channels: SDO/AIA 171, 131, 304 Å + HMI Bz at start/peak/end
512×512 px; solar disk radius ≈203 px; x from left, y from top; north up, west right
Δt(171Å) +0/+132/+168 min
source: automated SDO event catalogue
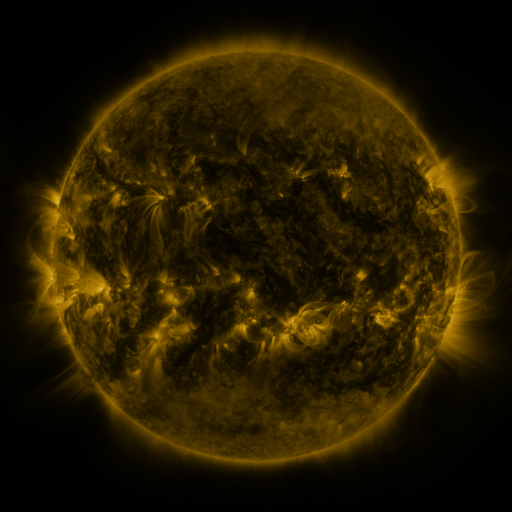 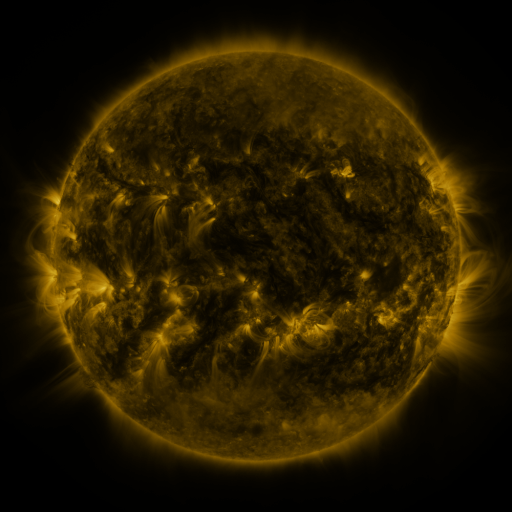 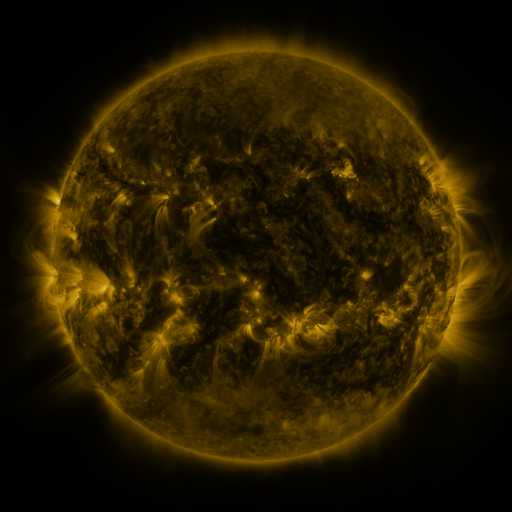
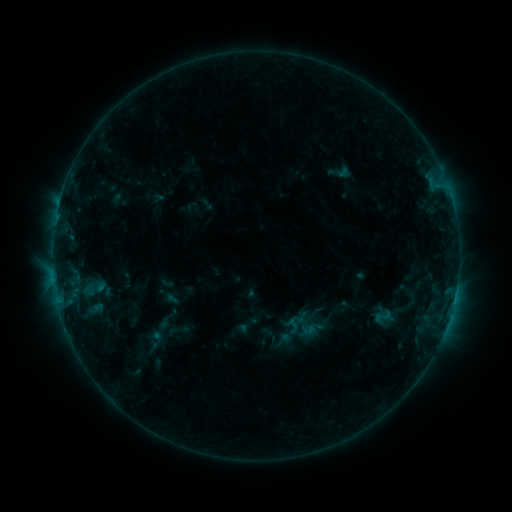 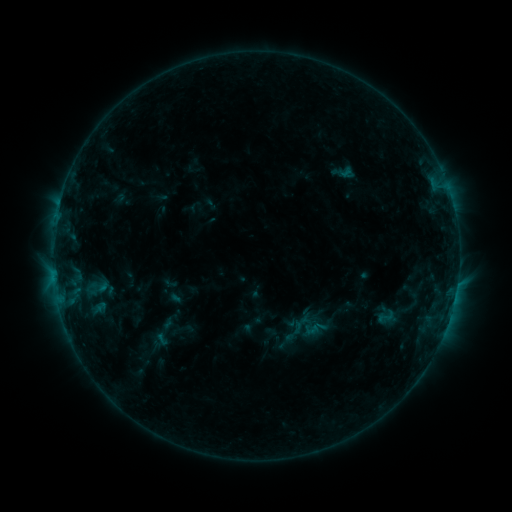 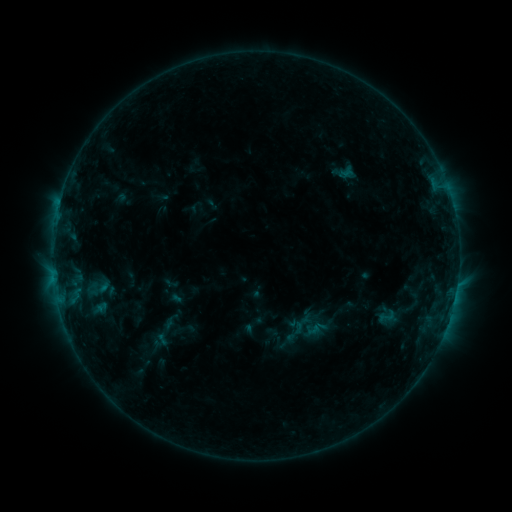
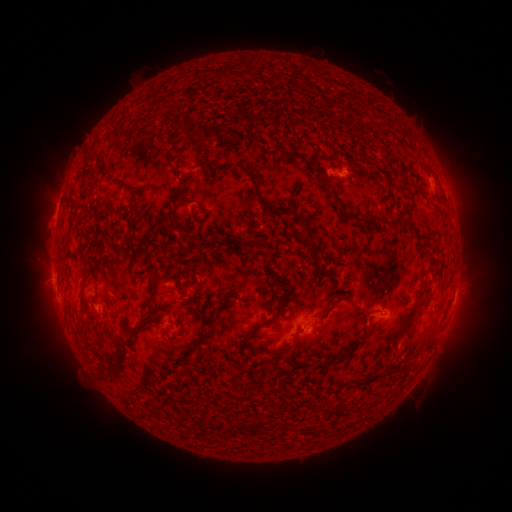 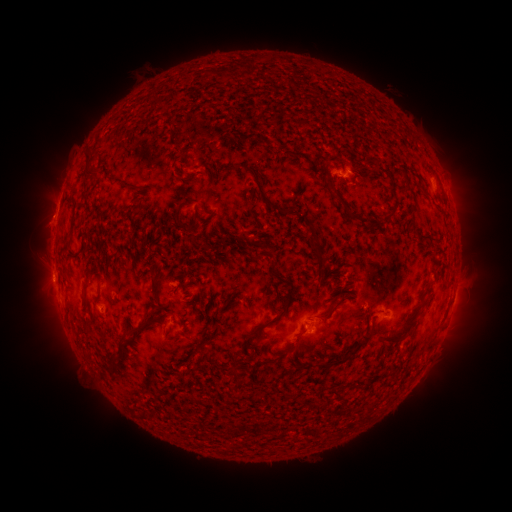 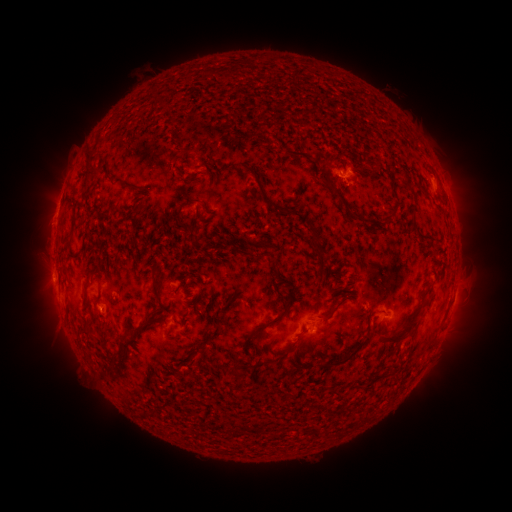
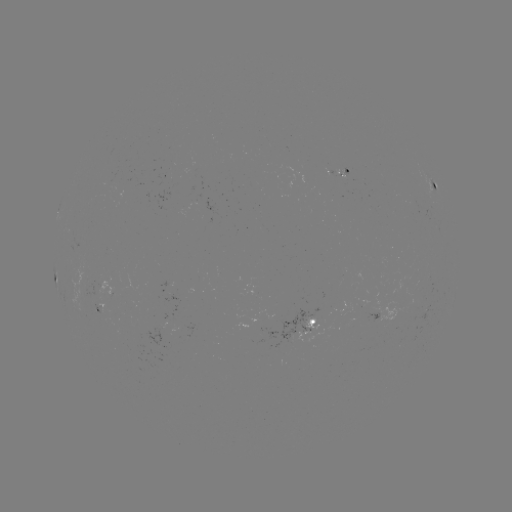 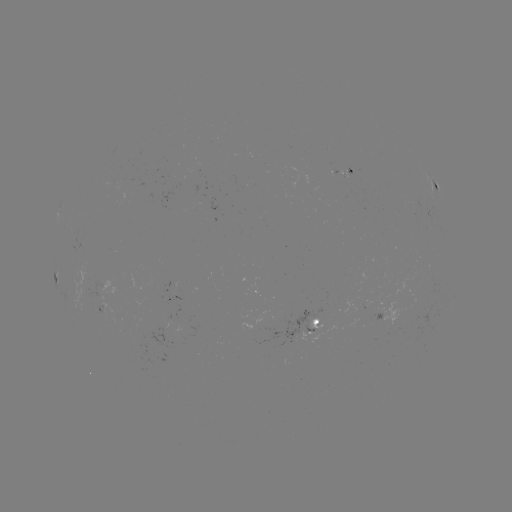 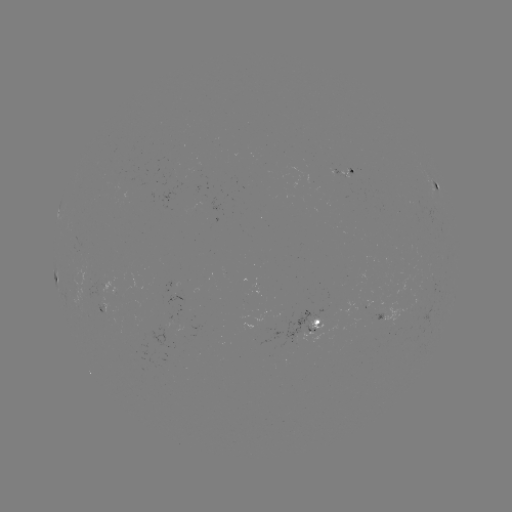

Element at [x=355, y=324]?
emerging-flux region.